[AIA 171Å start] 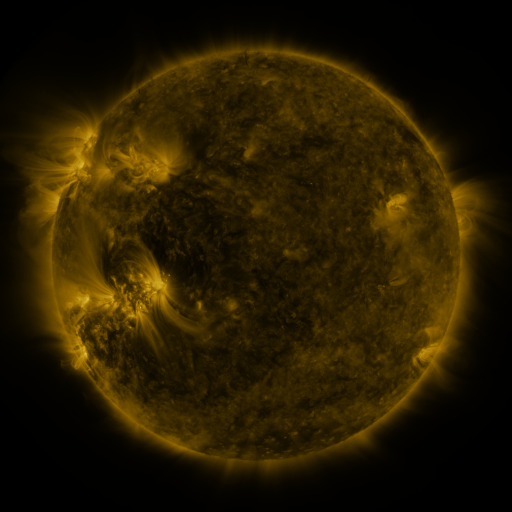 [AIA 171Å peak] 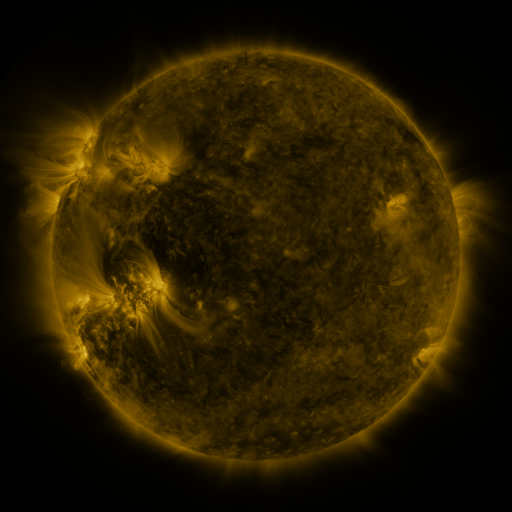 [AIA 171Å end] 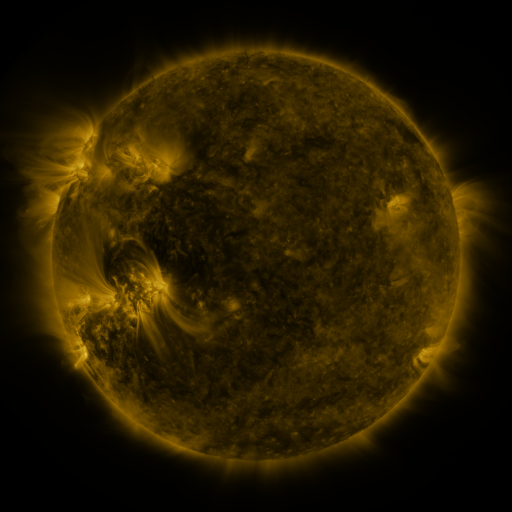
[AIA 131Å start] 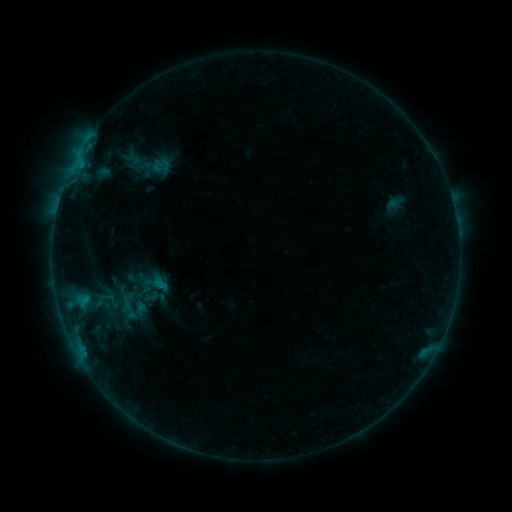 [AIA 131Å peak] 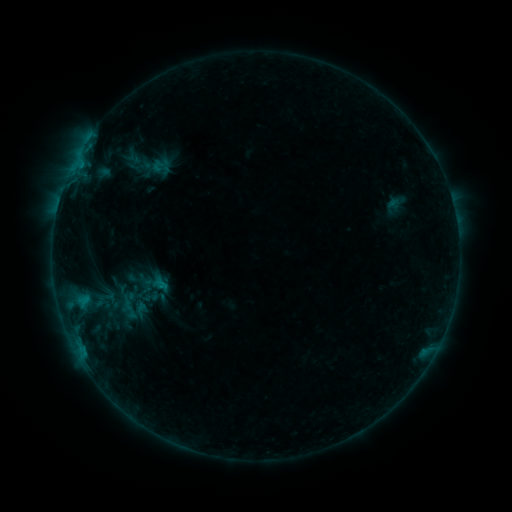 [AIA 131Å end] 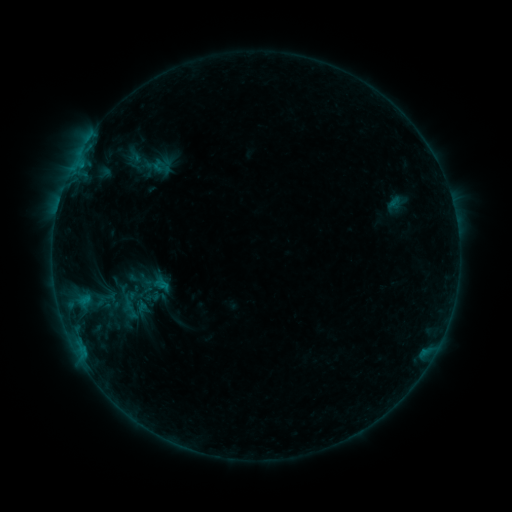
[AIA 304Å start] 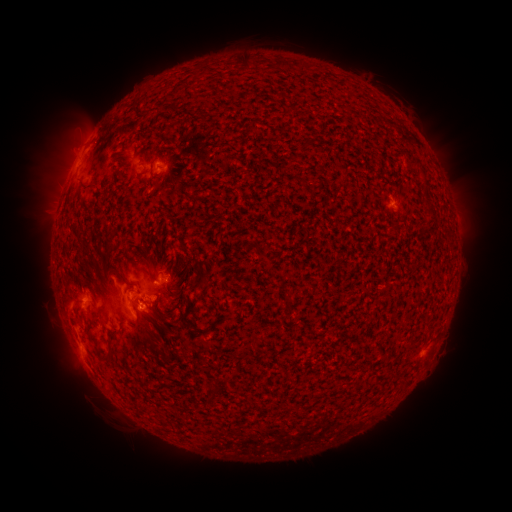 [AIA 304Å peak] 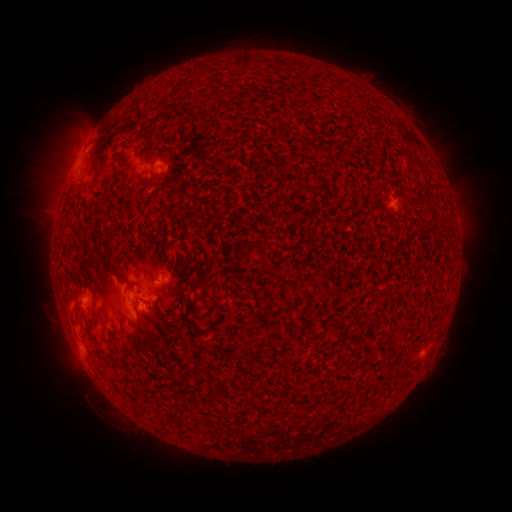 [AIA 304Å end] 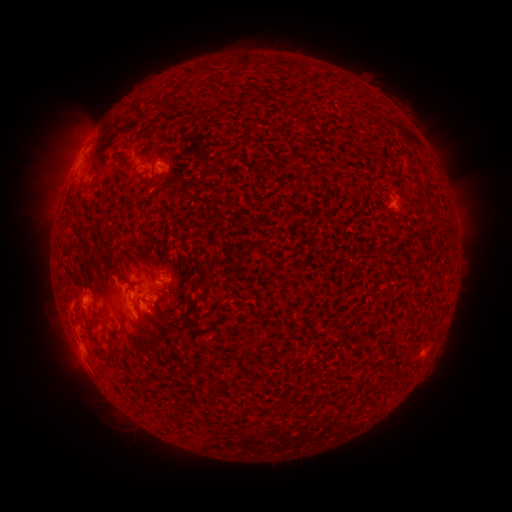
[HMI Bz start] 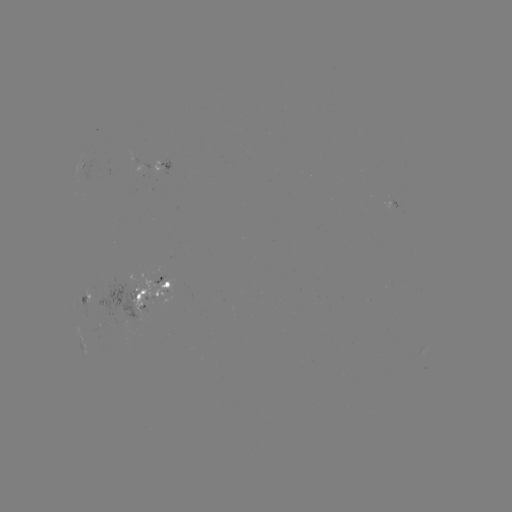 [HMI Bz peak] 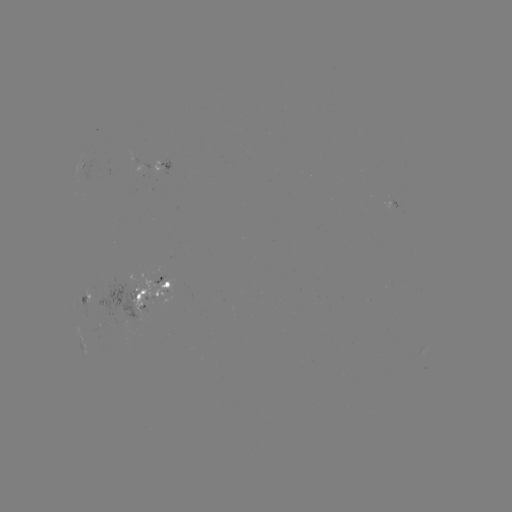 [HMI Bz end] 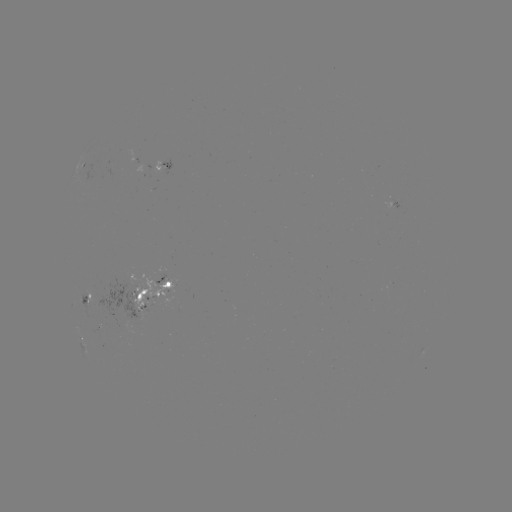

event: emerging-flux region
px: (165, 284)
